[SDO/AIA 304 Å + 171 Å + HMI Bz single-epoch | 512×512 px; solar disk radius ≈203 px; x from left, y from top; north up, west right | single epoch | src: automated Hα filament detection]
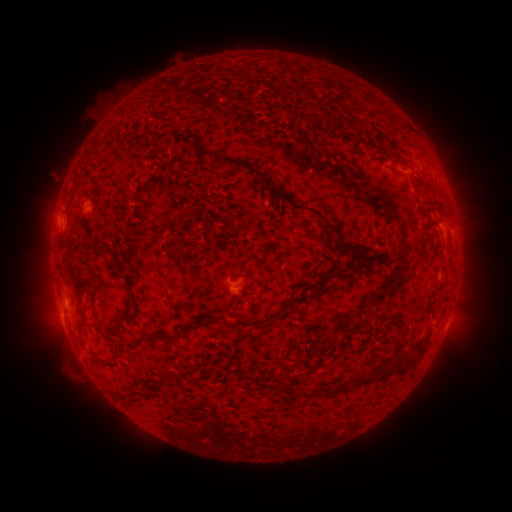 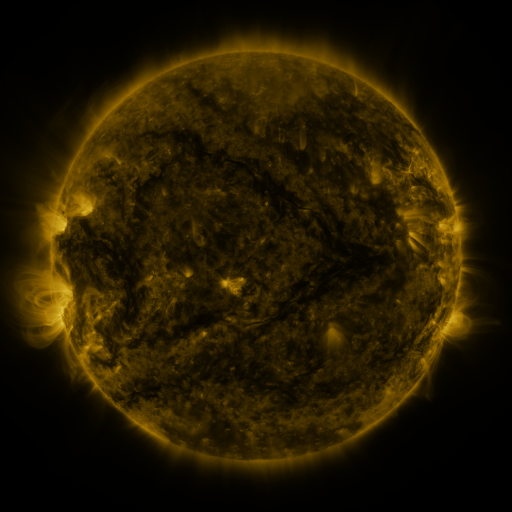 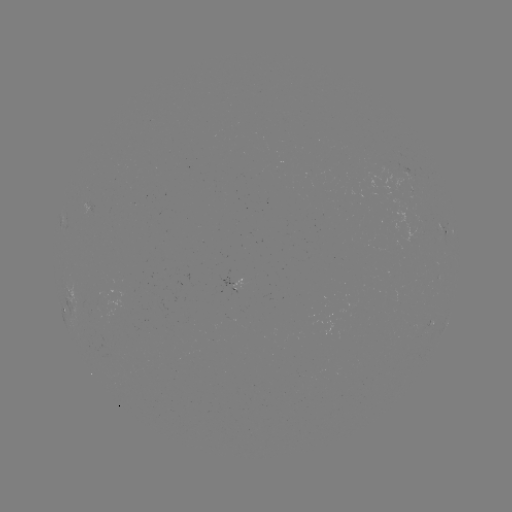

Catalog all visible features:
filament: (368, 97)
filament: (318, 117)
filament: (270, 189)
filament: (346, 246)
filament: (309, 286)
filament: (263, 320)
filament: (153, 336)
